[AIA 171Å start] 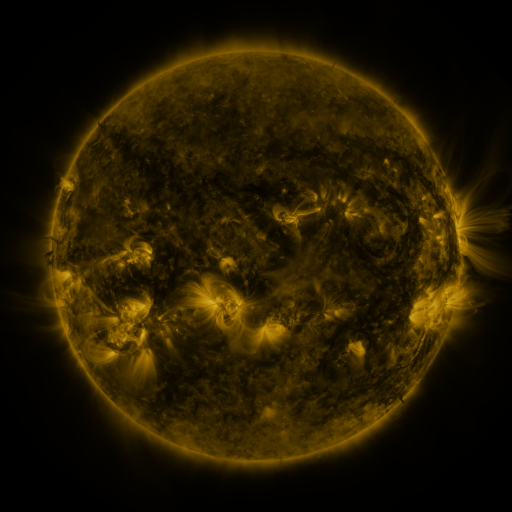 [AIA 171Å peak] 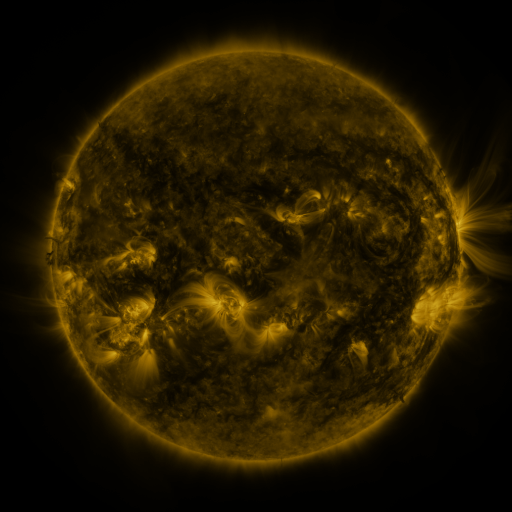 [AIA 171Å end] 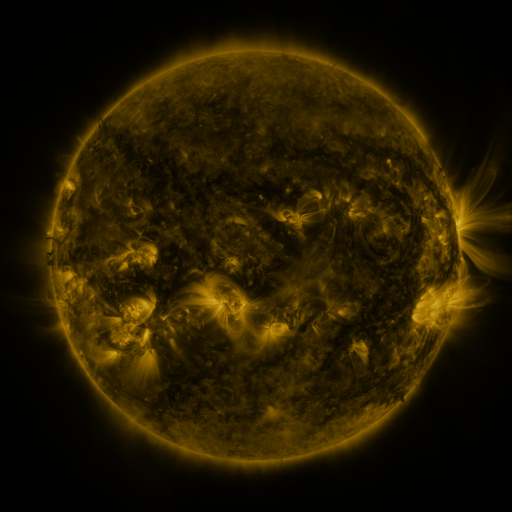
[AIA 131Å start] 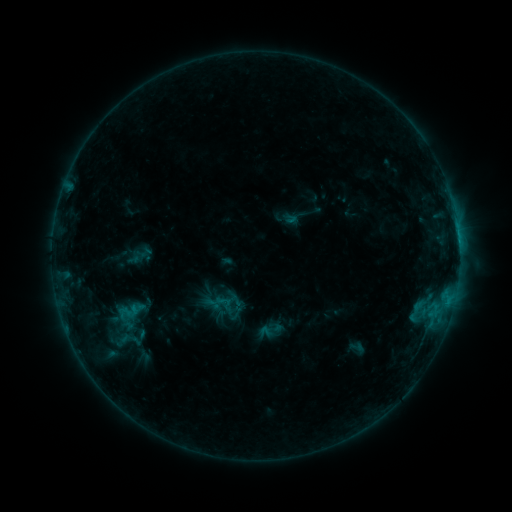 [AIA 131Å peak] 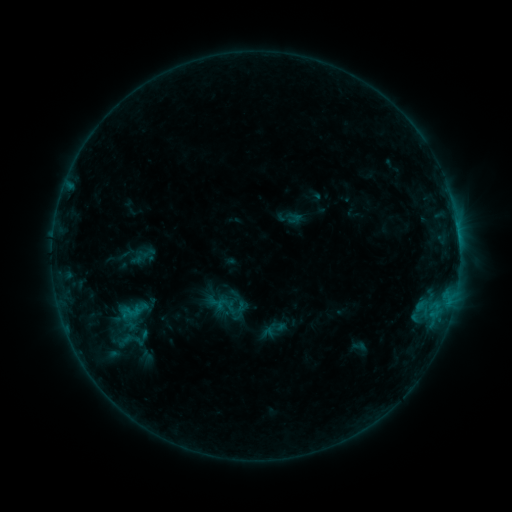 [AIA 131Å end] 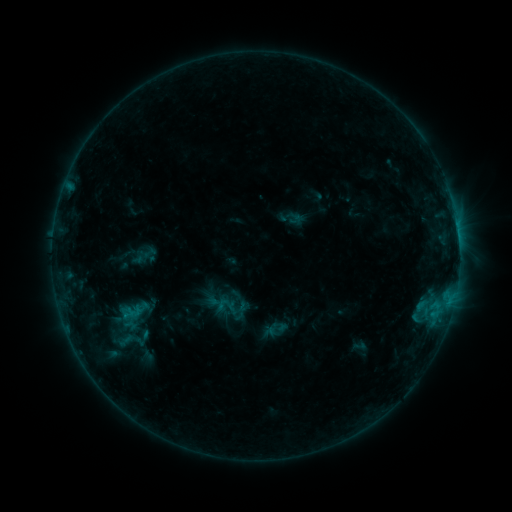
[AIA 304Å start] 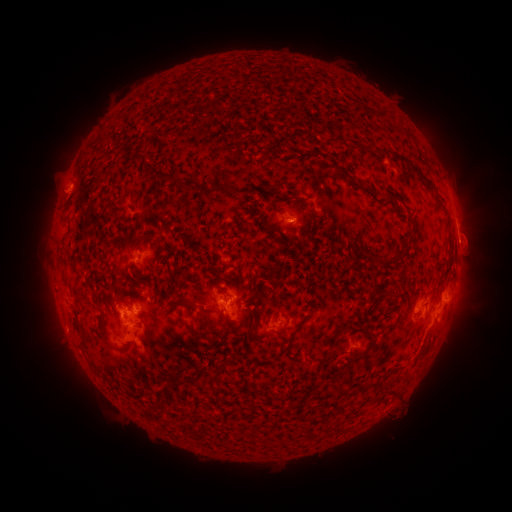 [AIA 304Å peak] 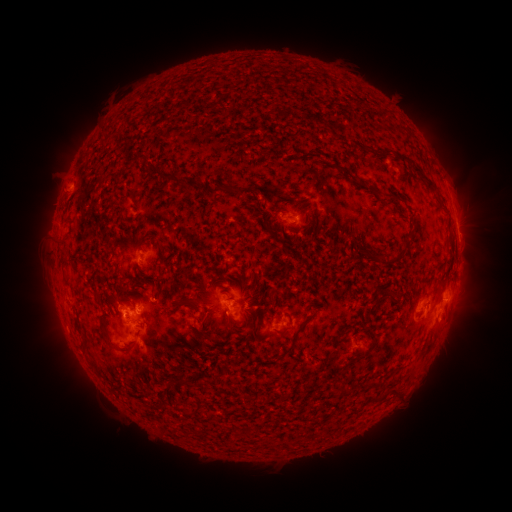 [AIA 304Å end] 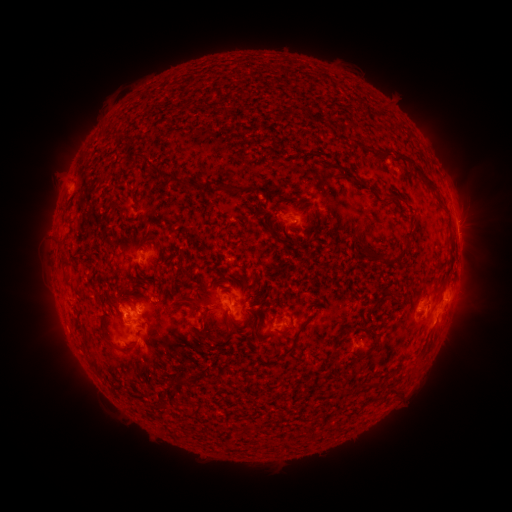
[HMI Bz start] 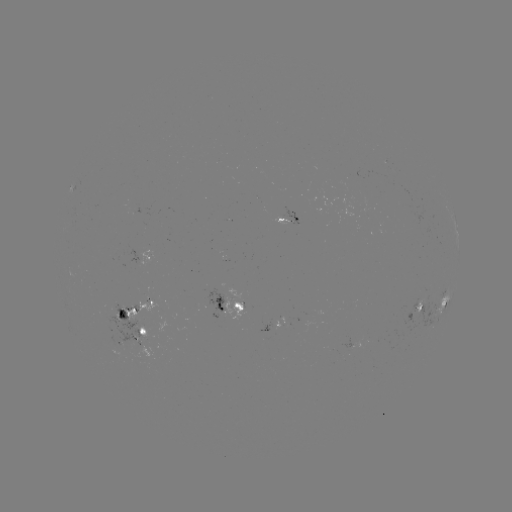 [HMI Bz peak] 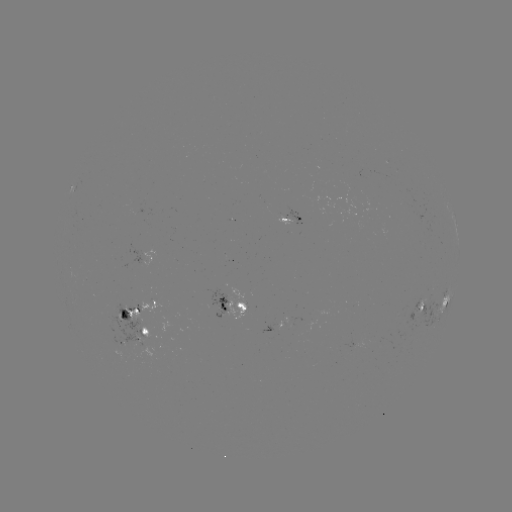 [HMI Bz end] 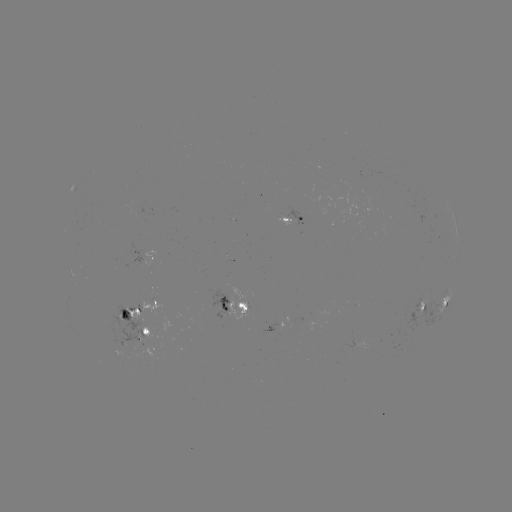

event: emerging-flux region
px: (288, 220)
